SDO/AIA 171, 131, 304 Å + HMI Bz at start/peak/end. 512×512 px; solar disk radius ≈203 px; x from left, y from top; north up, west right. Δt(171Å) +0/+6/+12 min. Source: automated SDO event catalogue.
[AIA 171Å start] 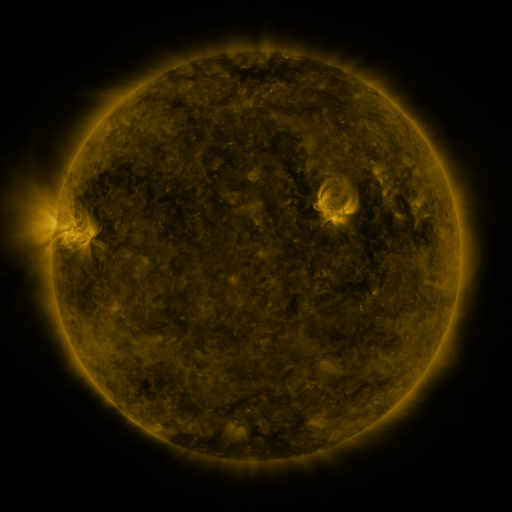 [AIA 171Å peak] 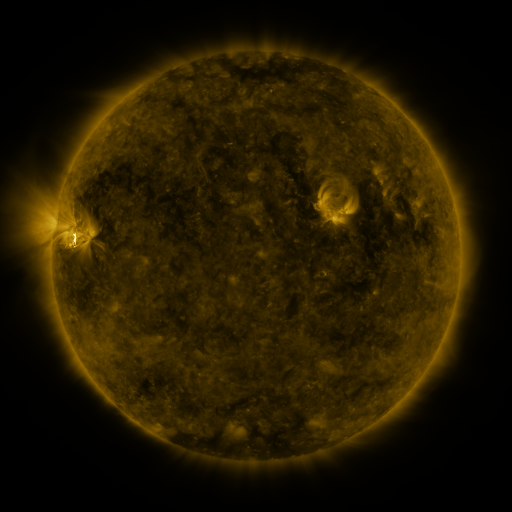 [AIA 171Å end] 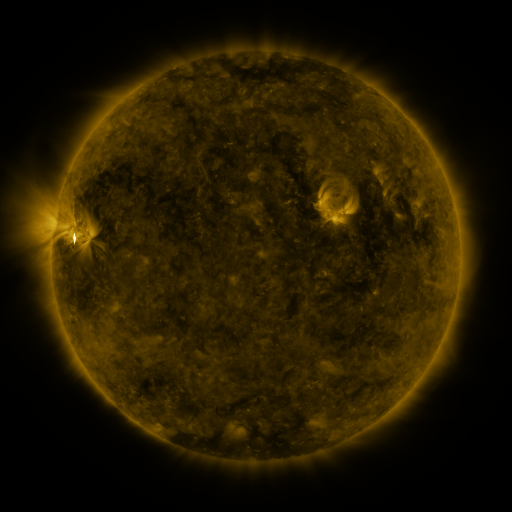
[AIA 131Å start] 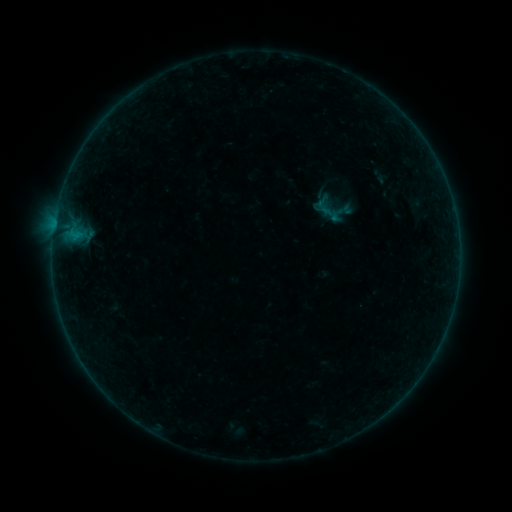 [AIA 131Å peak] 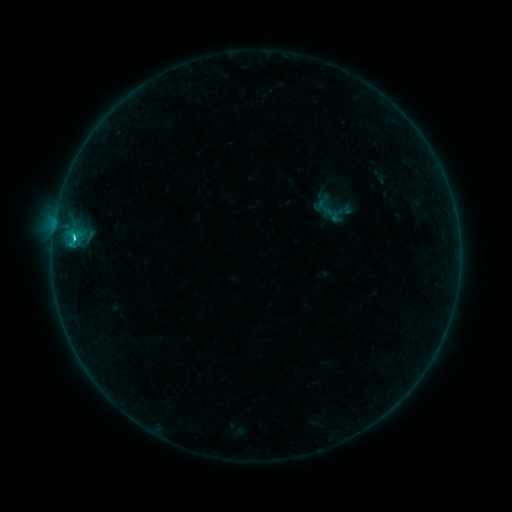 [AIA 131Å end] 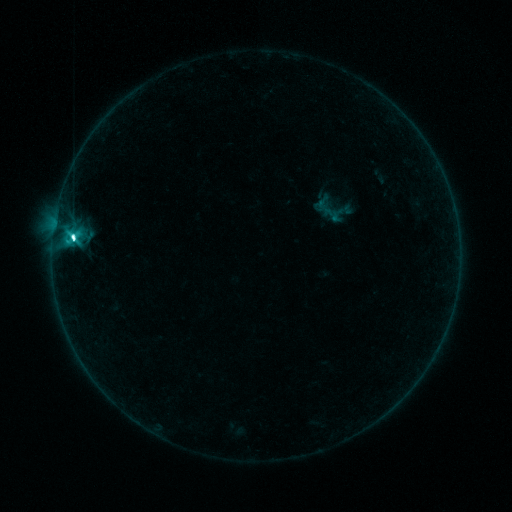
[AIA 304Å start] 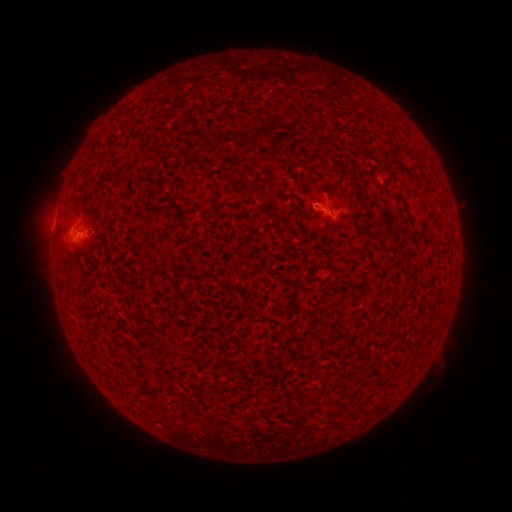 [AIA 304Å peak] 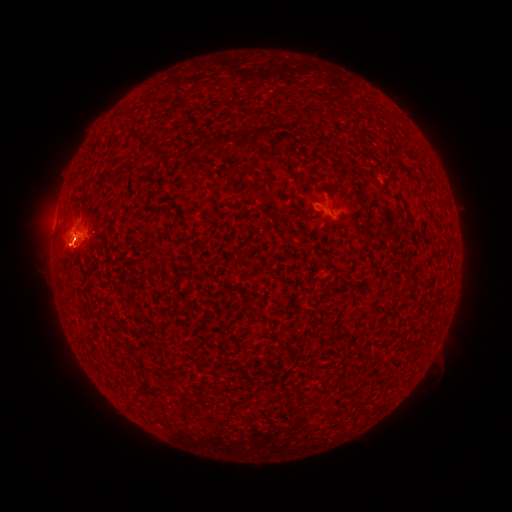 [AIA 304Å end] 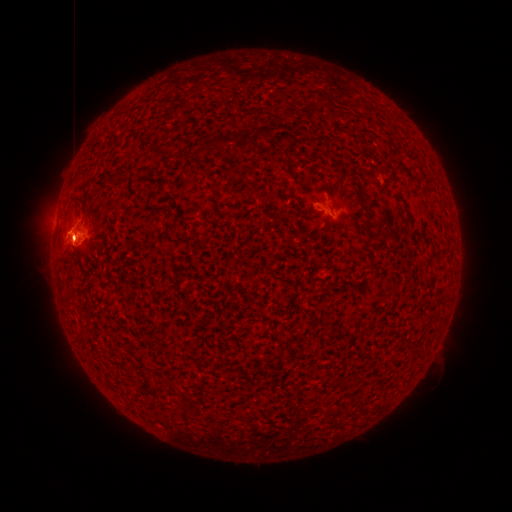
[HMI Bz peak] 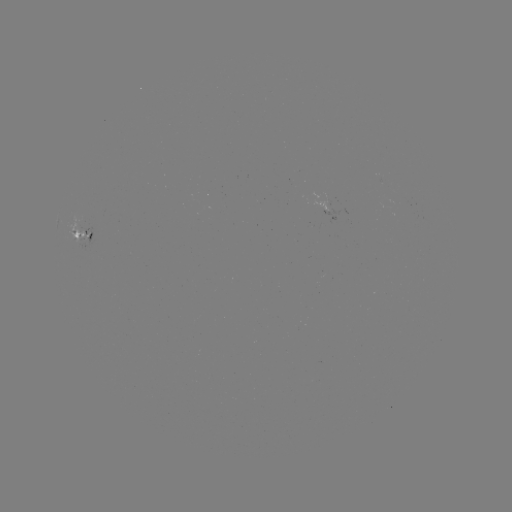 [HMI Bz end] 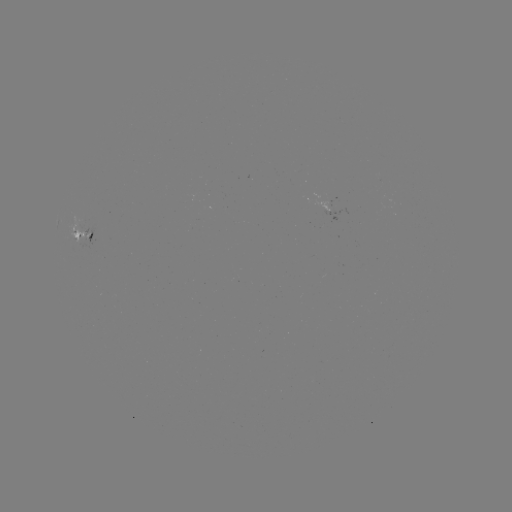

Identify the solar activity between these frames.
C8.0 flare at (75, 241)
